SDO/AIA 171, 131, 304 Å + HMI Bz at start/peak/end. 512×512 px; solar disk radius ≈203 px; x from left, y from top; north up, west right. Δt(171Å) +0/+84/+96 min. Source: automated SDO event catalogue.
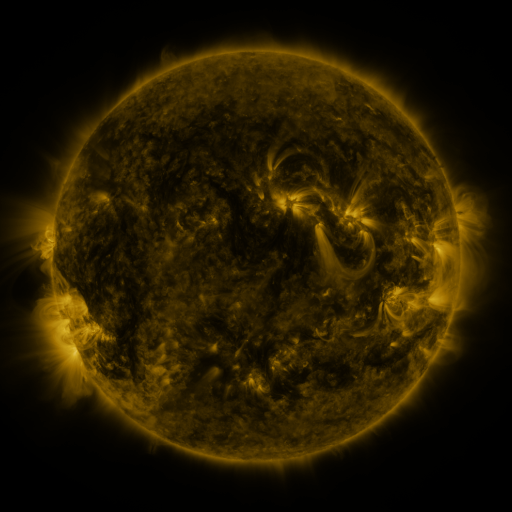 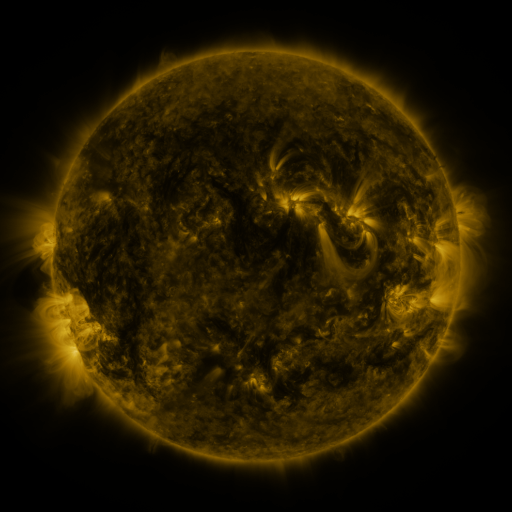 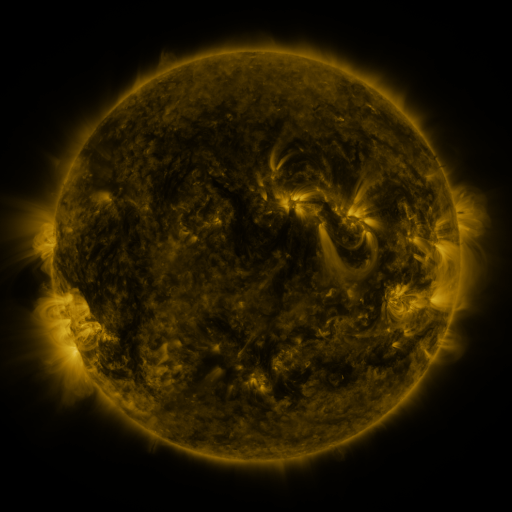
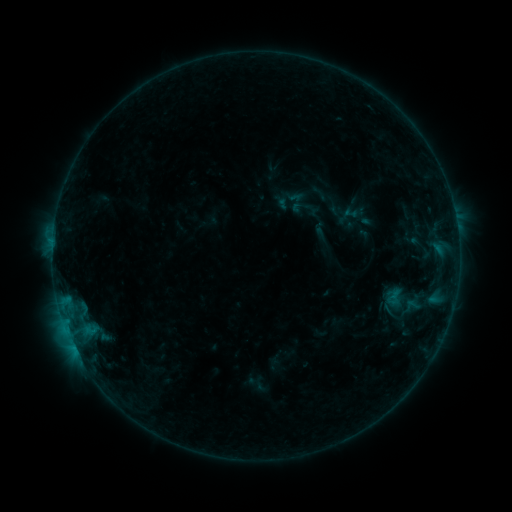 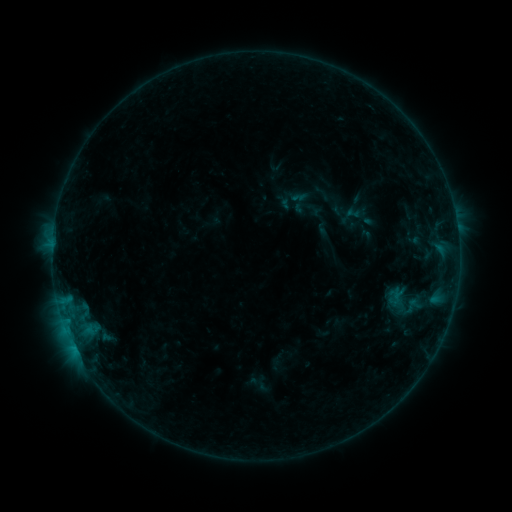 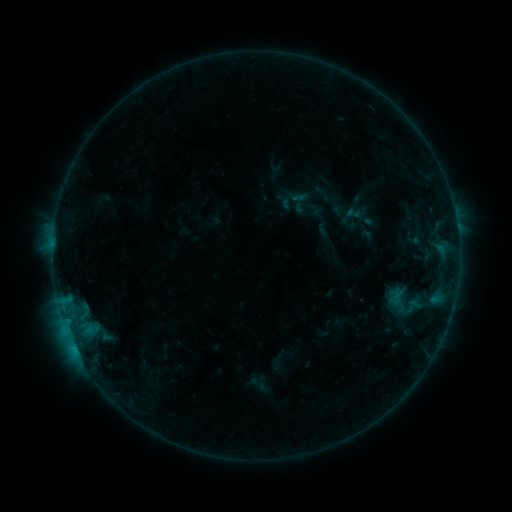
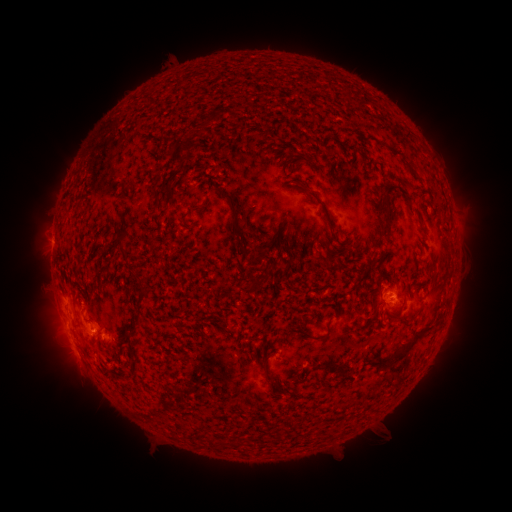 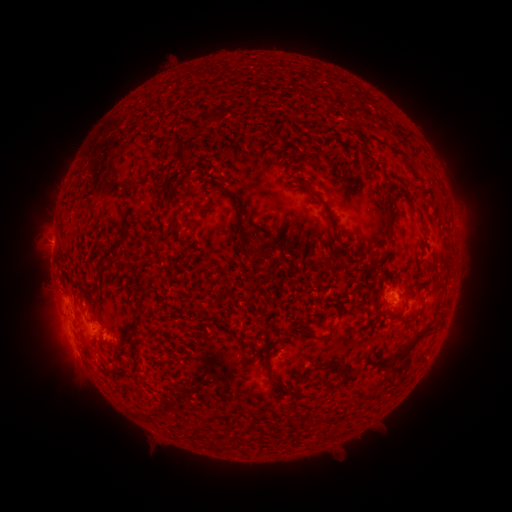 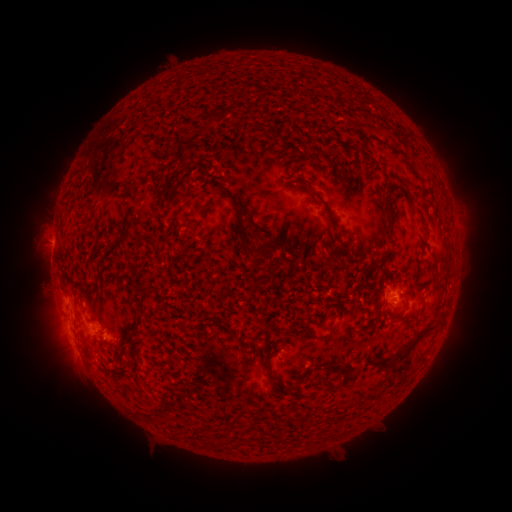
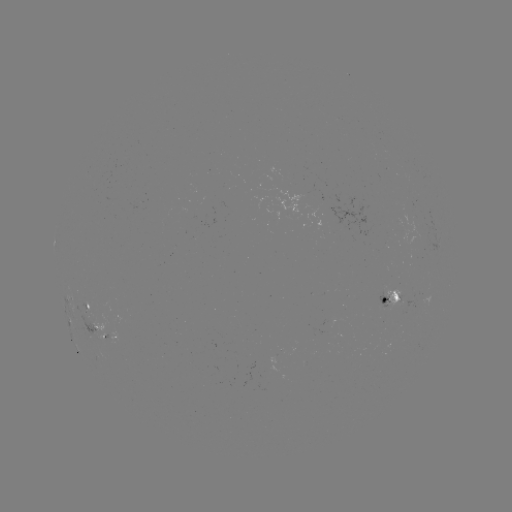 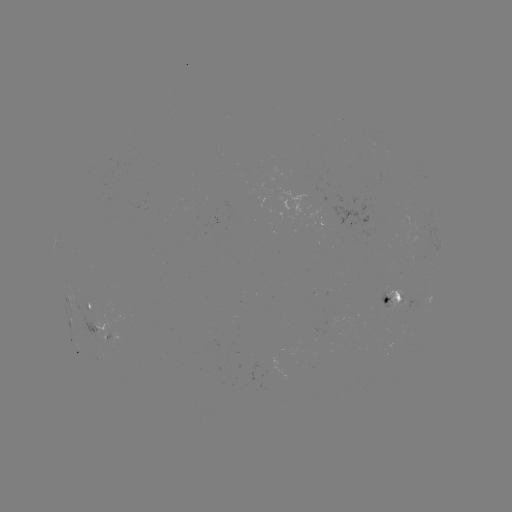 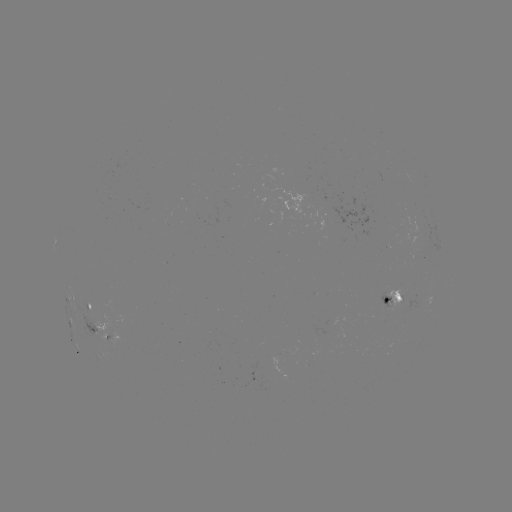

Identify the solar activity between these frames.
emerging-flux region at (389, 304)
